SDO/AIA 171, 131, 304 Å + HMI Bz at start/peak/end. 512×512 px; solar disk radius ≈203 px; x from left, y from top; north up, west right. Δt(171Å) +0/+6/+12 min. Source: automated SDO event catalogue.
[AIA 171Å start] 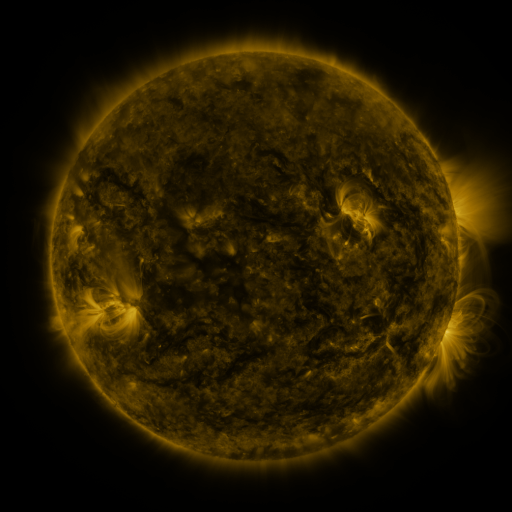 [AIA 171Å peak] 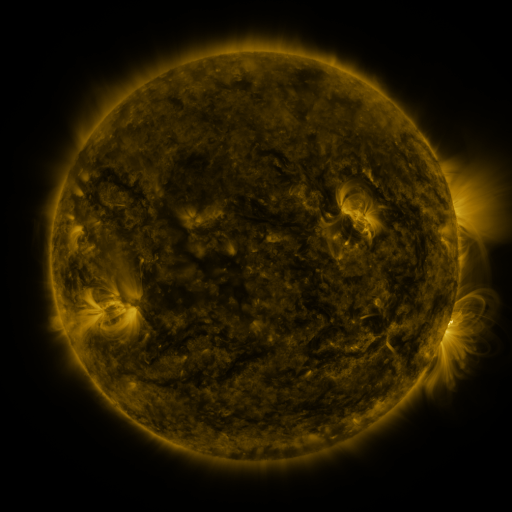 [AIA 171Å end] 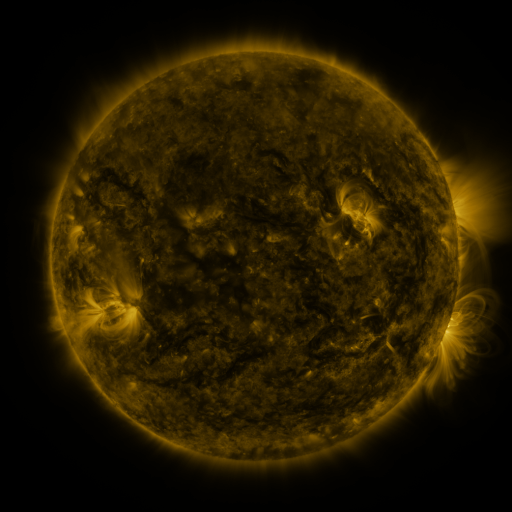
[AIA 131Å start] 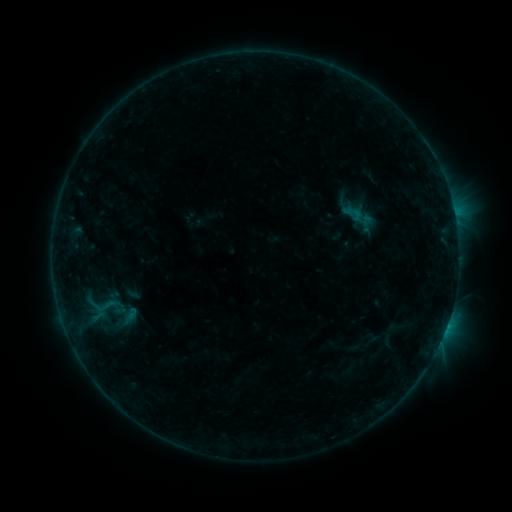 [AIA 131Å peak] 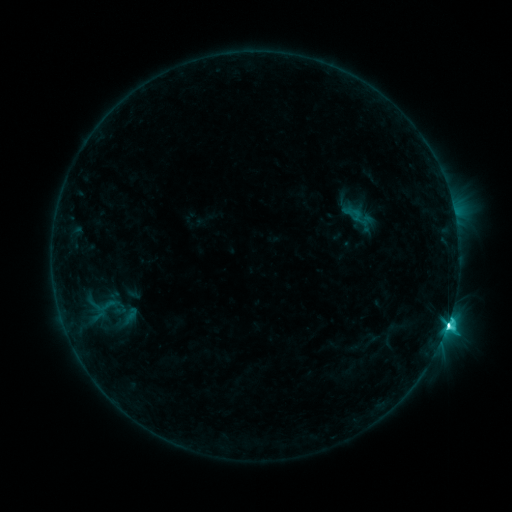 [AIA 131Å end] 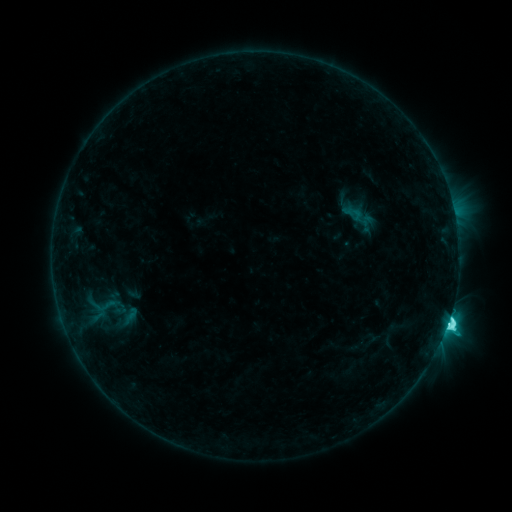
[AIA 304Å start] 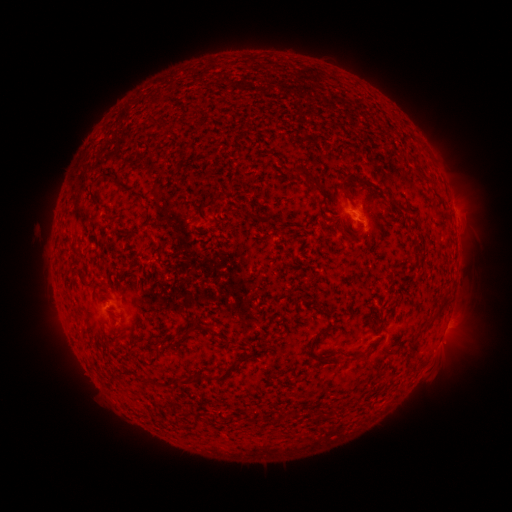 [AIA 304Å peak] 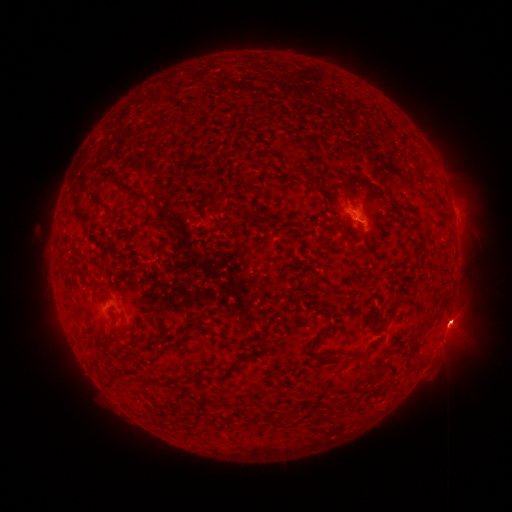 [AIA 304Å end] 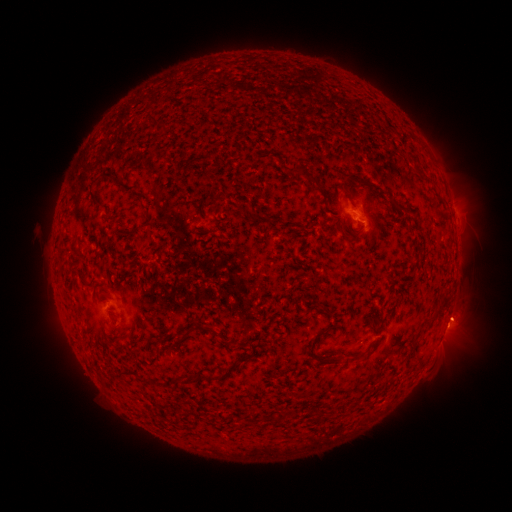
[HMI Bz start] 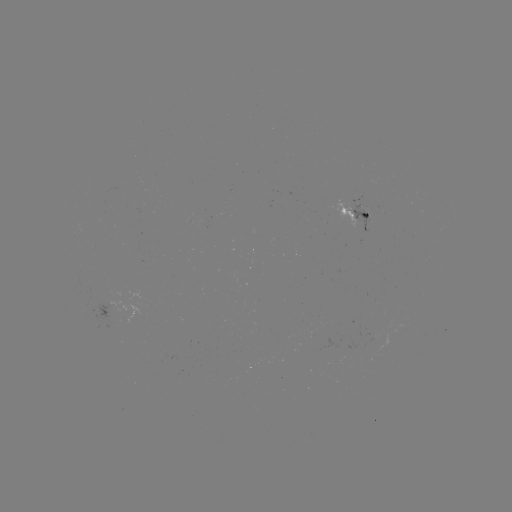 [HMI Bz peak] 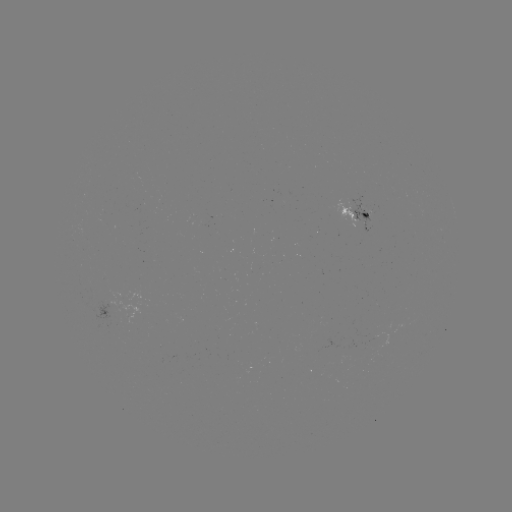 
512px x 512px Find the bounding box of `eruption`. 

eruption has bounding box [429, 259, 492, 384].